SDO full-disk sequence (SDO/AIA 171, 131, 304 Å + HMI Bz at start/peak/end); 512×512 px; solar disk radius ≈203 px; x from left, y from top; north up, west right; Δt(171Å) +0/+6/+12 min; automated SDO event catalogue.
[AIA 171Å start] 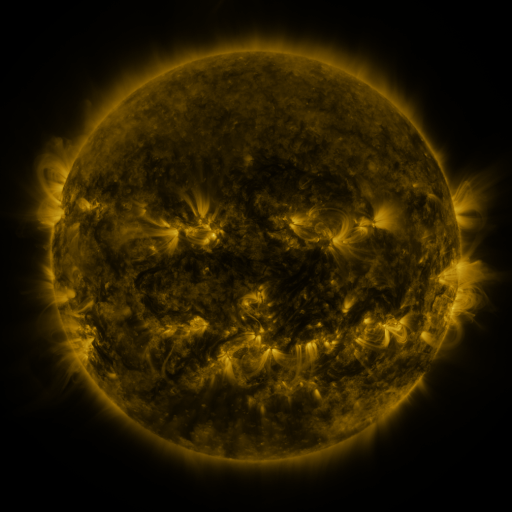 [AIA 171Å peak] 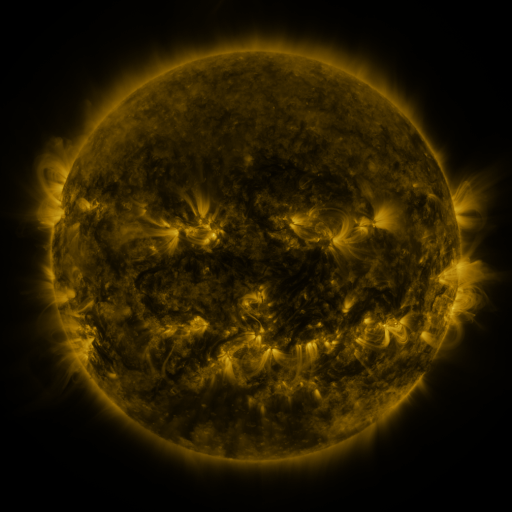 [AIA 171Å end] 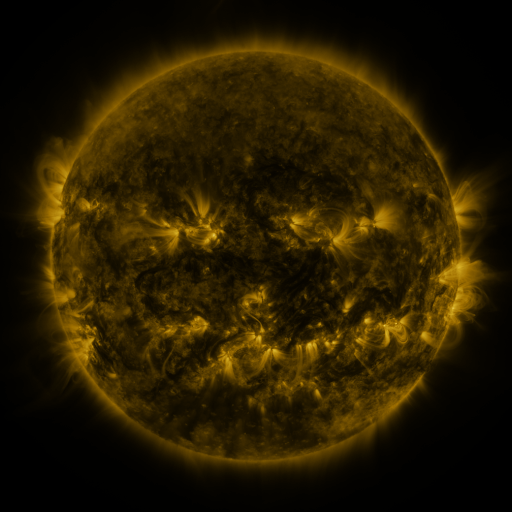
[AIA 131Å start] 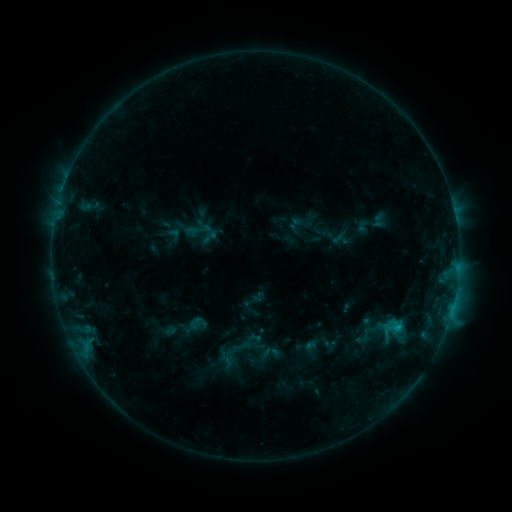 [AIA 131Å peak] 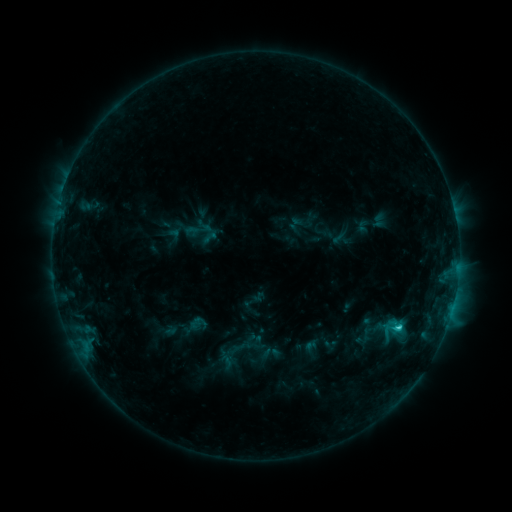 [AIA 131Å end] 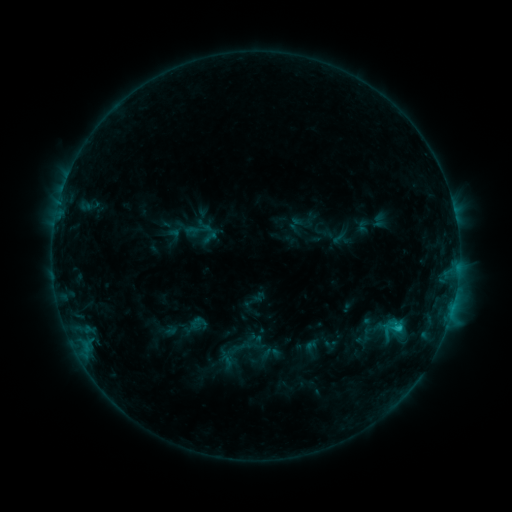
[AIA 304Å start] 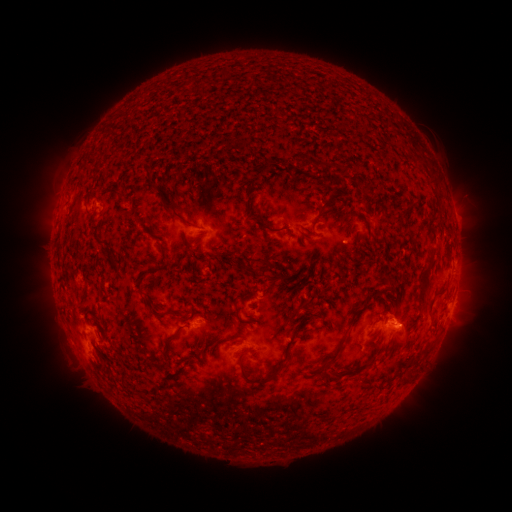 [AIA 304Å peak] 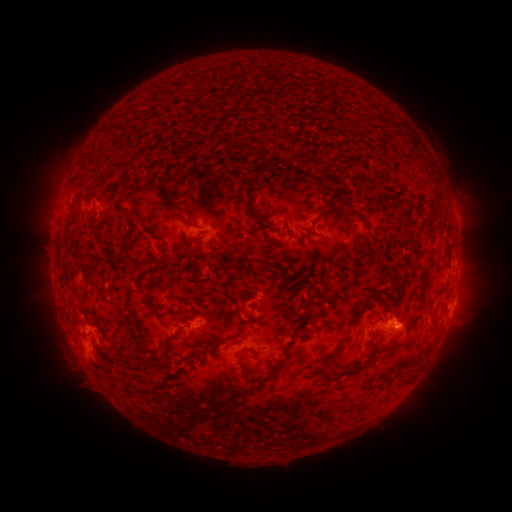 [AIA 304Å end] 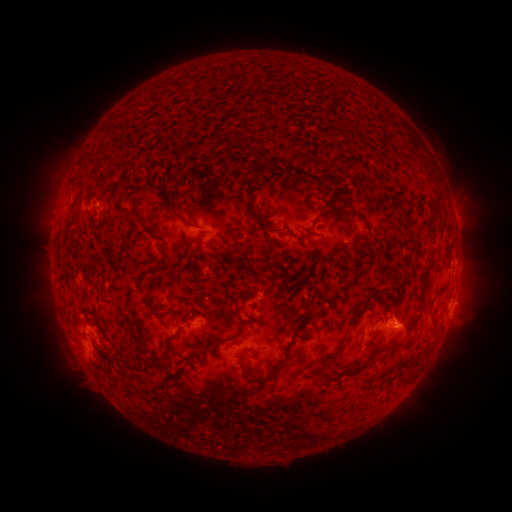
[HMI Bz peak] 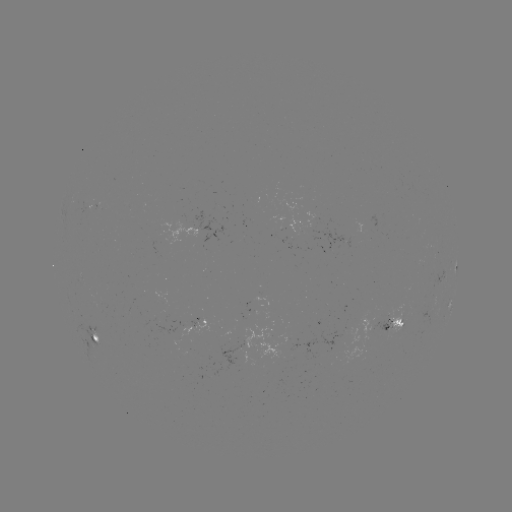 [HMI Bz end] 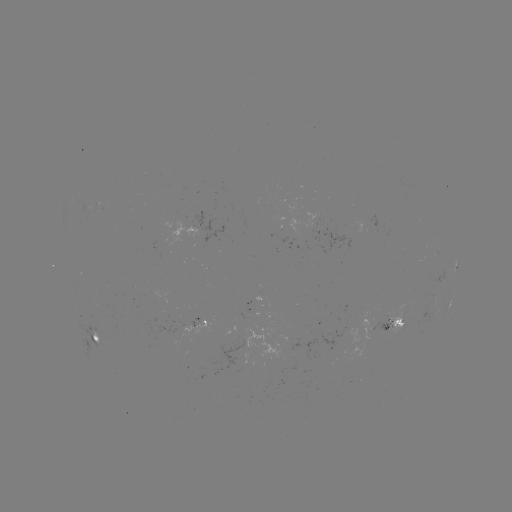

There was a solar flare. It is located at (396, 326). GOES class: C1.3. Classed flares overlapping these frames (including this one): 1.